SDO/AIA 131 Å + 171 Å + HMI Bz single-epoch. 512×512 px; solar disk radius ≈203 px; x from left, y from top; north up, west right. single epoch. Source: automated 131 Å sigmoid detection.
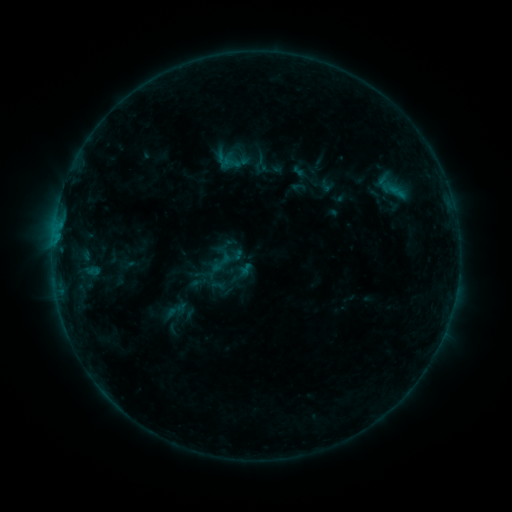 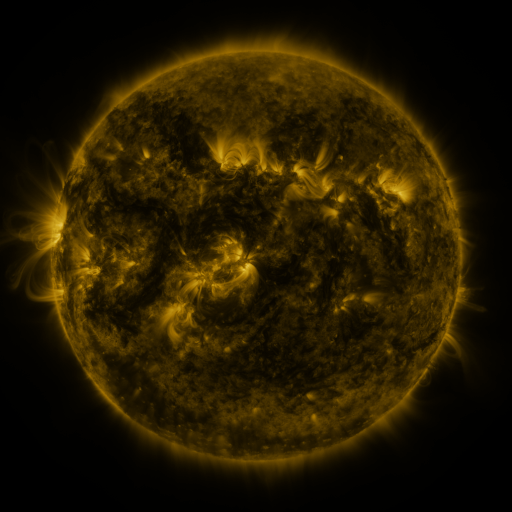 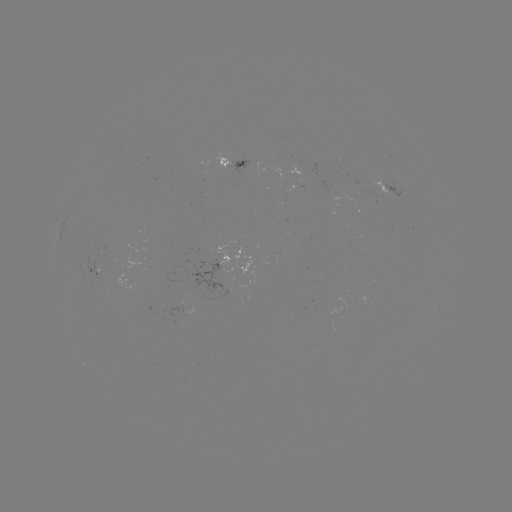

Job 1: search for sigmoid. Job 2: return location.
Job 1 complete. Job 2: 260,163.